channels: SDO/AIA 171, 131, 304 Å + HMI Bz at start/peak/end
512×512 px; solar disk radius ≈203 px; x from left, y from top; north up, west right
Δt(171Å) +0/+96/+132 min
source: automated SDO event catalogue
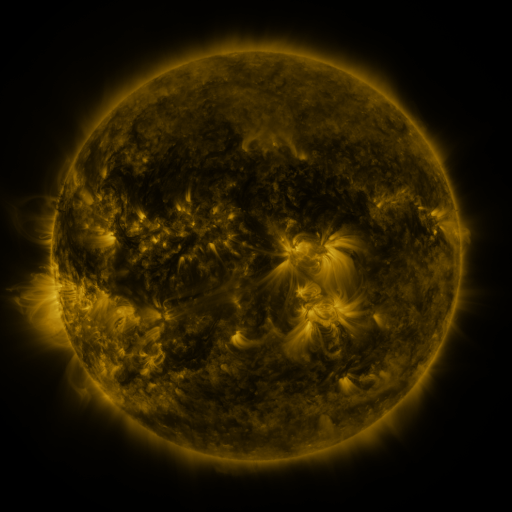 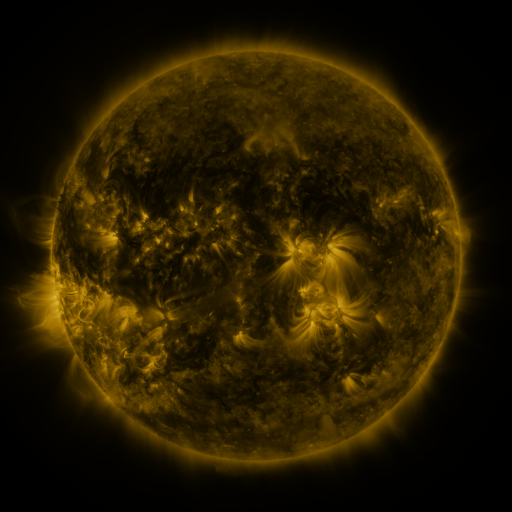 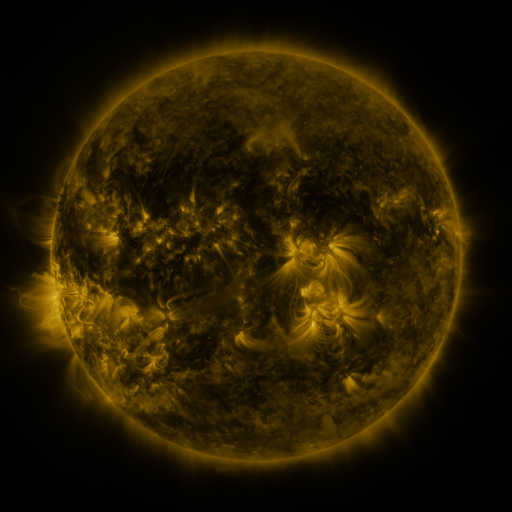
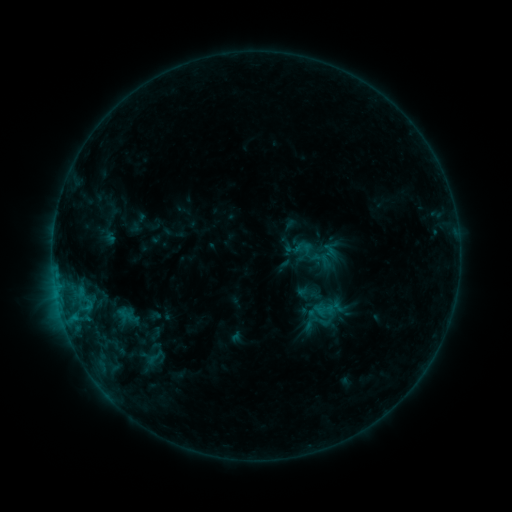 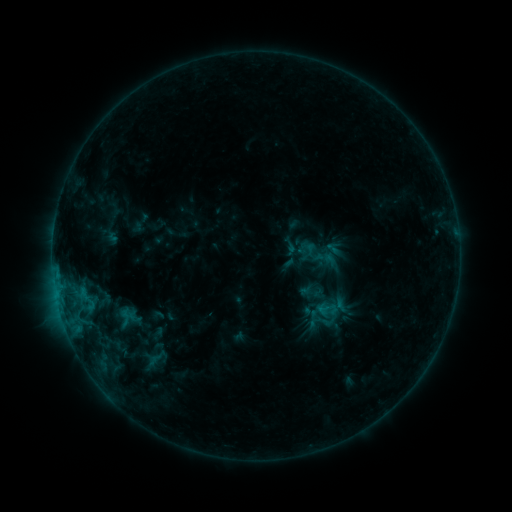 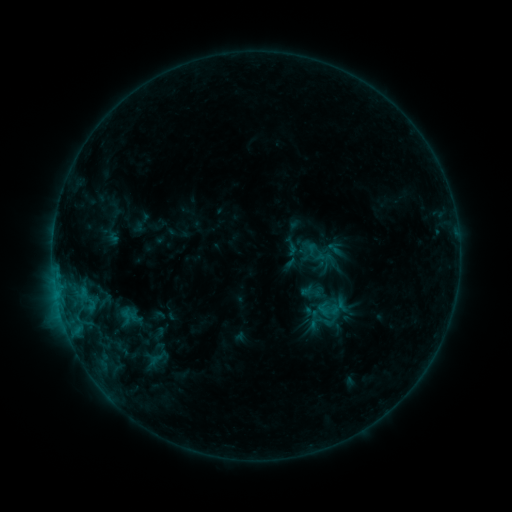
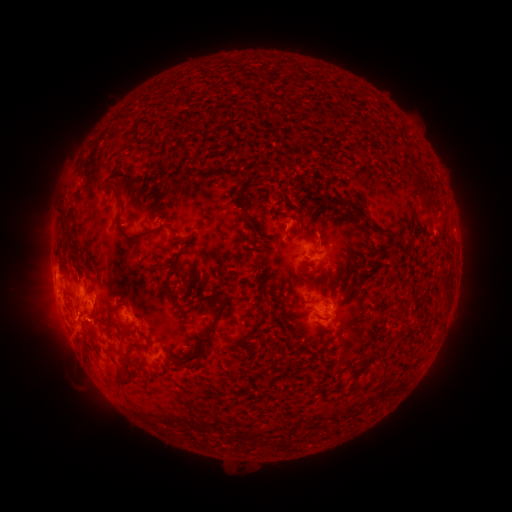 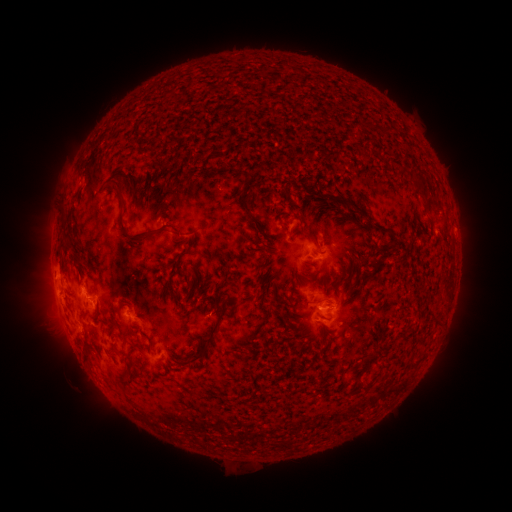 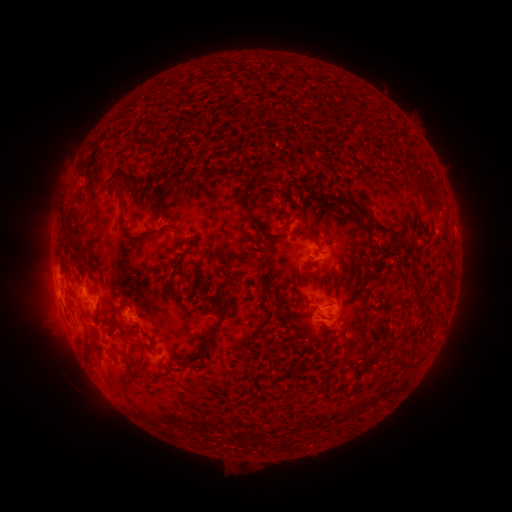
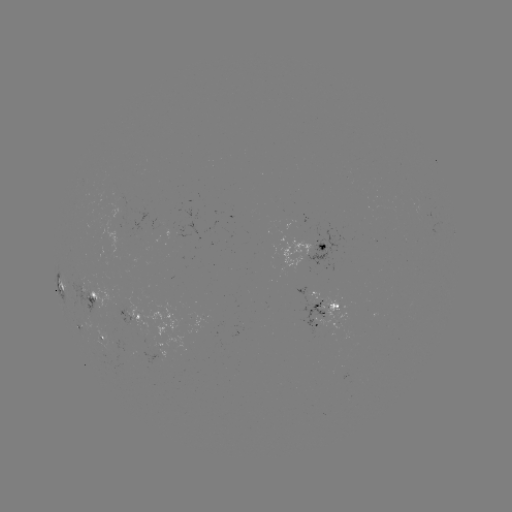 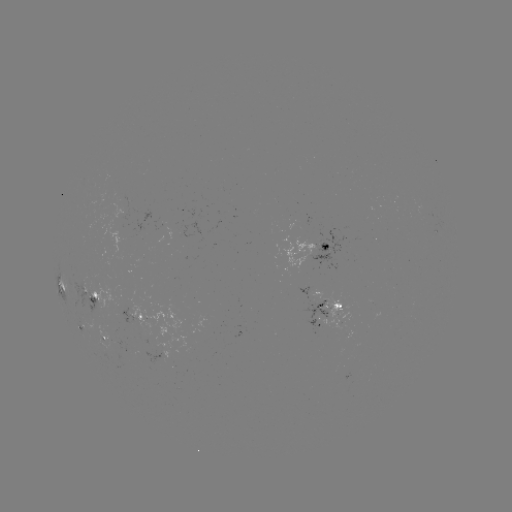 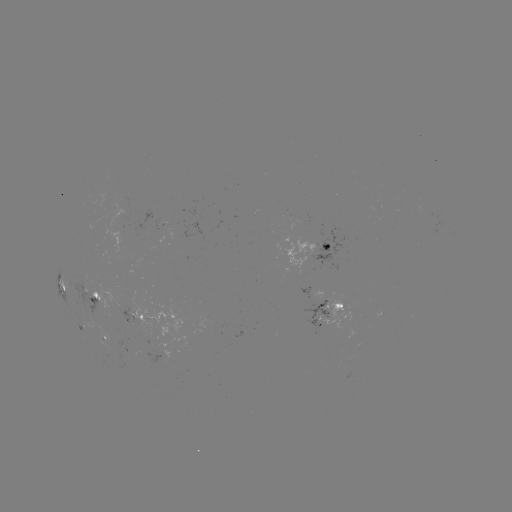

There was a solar emerging-flux region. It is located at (112, 347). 